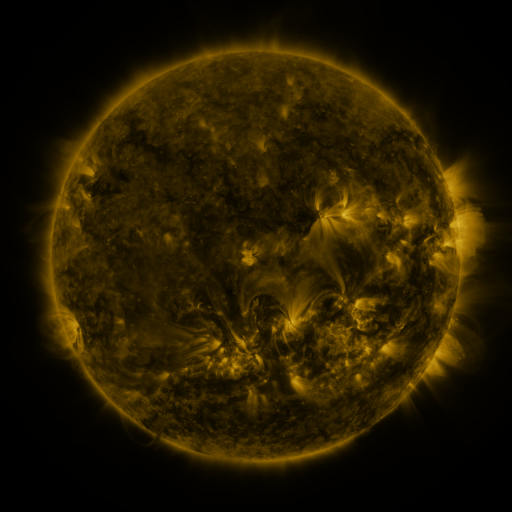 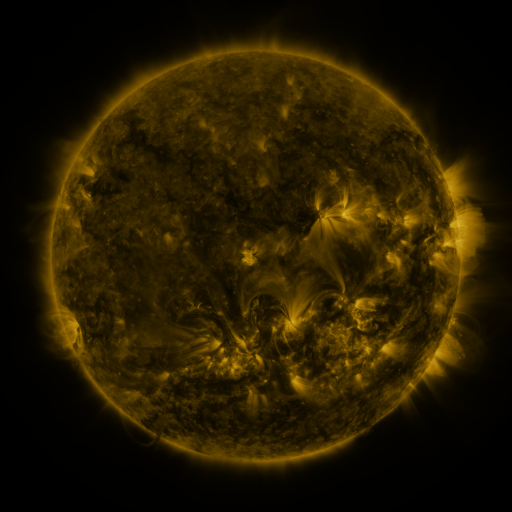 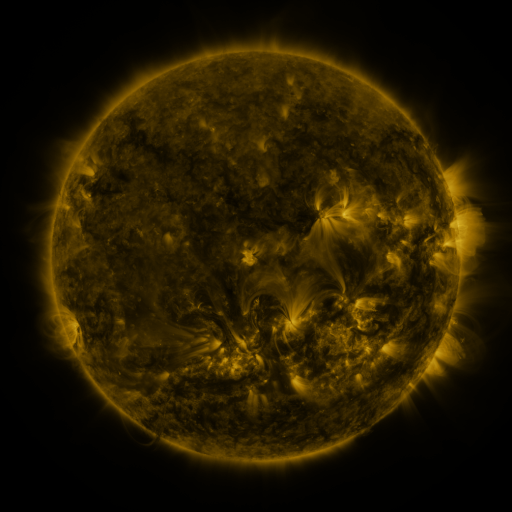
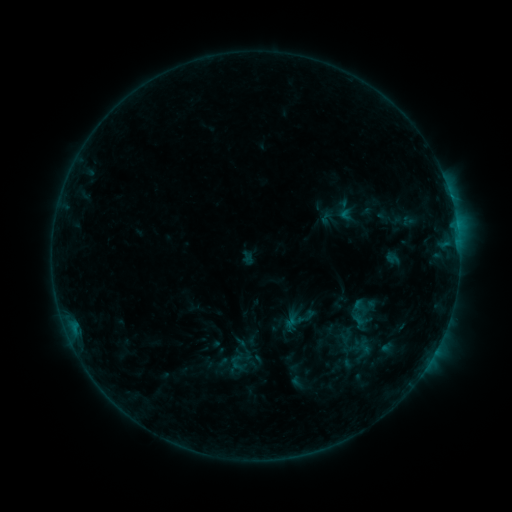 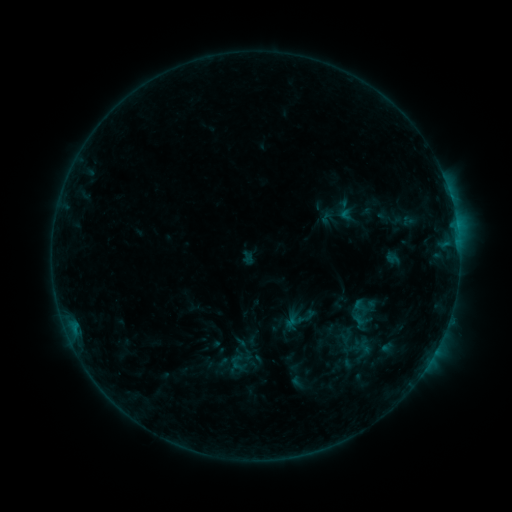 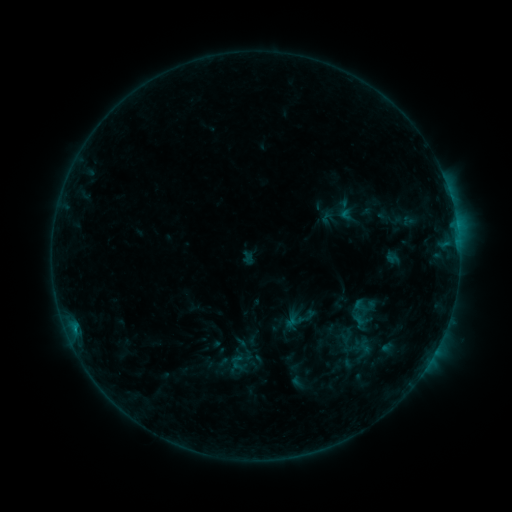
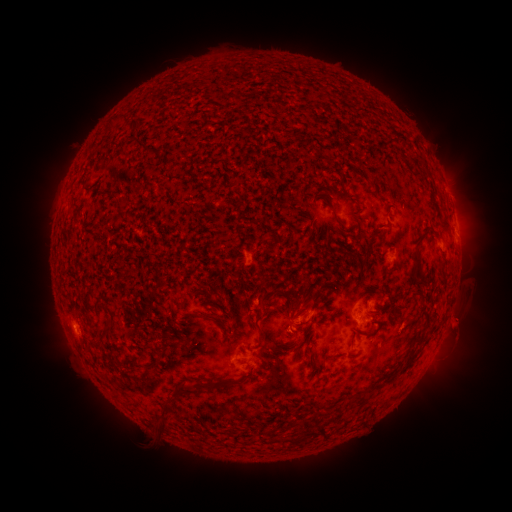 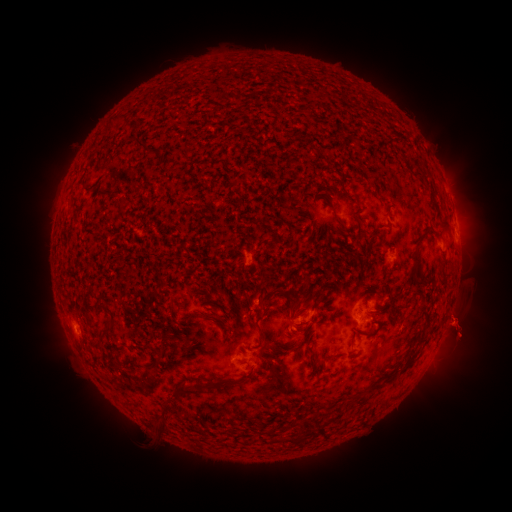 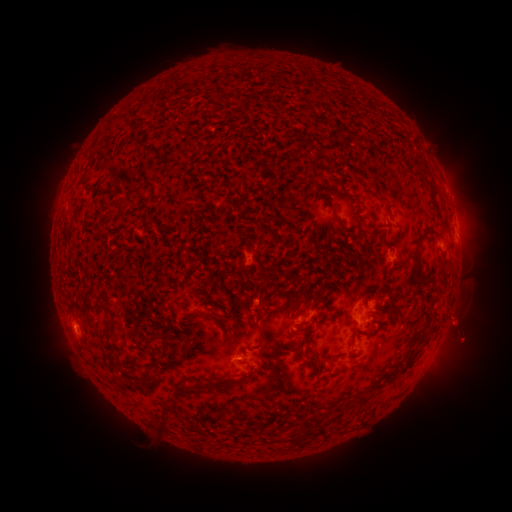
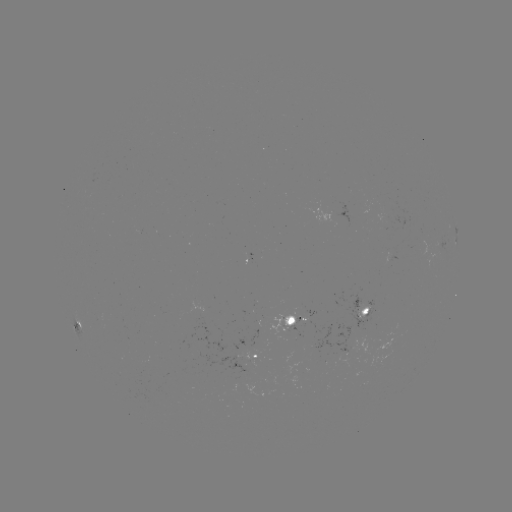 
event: eruption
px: (467, 342)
